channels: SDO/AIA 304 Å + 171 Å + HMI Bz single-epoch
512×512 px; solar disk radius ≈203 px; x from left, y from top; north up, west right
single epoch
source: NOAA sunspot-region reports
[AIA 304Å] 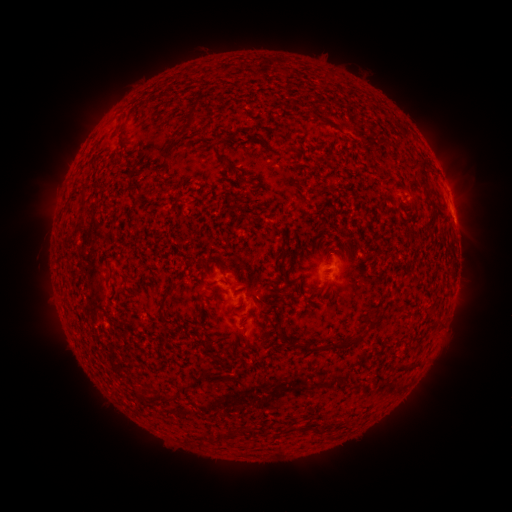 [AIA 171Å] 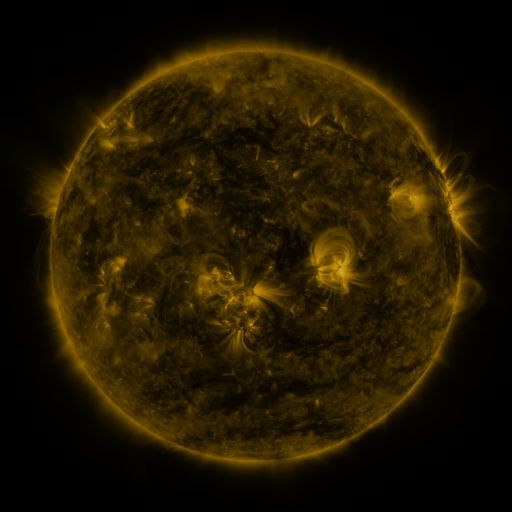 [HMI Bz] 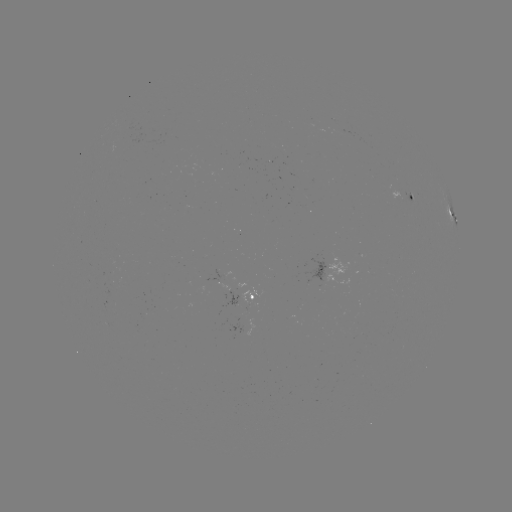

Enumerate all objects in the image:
spotted active region: (412, 198)
spotted active region: (452, 205)
spotted active region: (453, 216)
spotted active region: (228, 266)
spotted active region: (334, 268)
spotted active region: (252, 298)
